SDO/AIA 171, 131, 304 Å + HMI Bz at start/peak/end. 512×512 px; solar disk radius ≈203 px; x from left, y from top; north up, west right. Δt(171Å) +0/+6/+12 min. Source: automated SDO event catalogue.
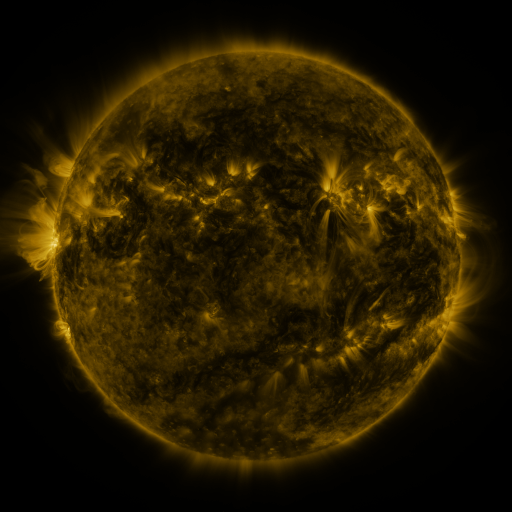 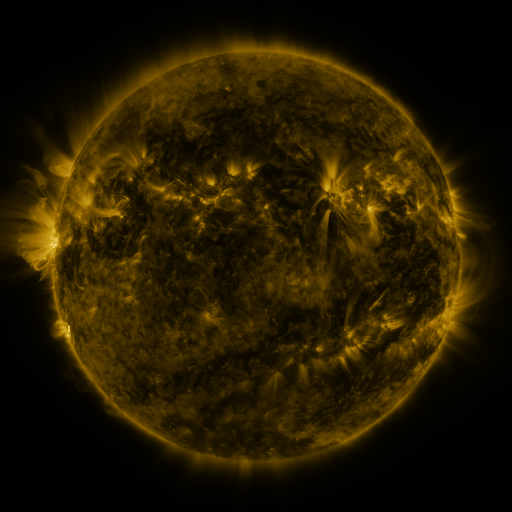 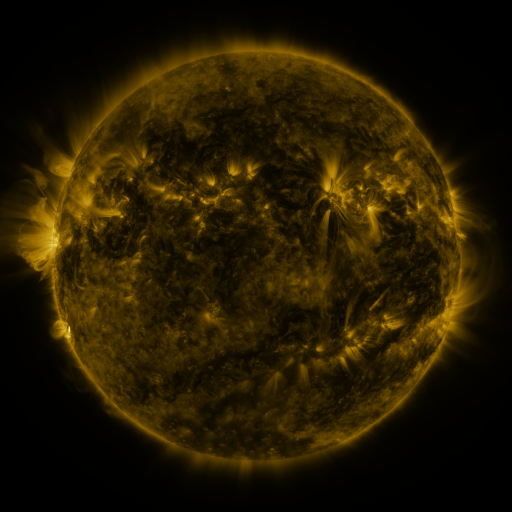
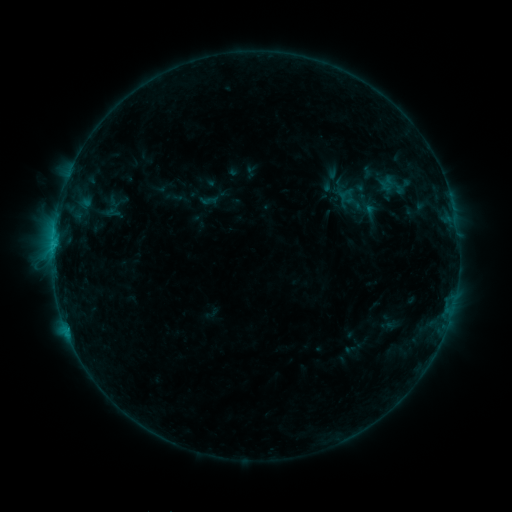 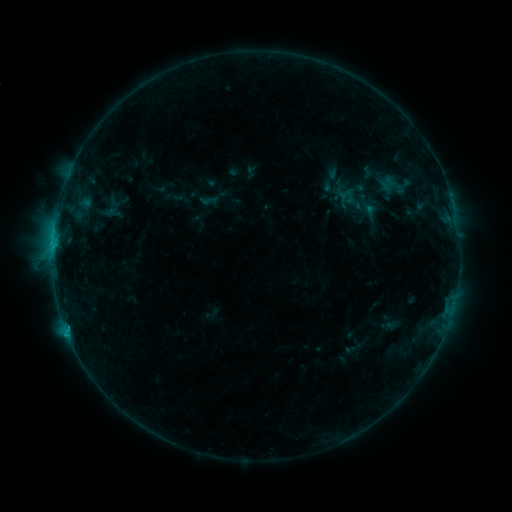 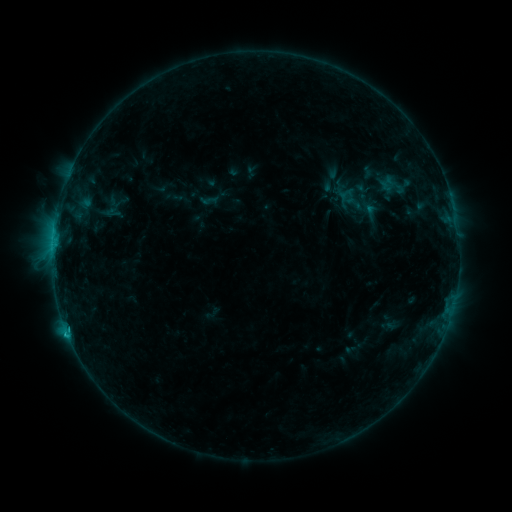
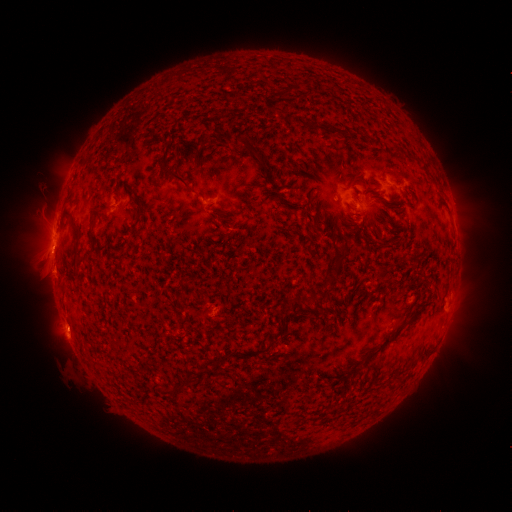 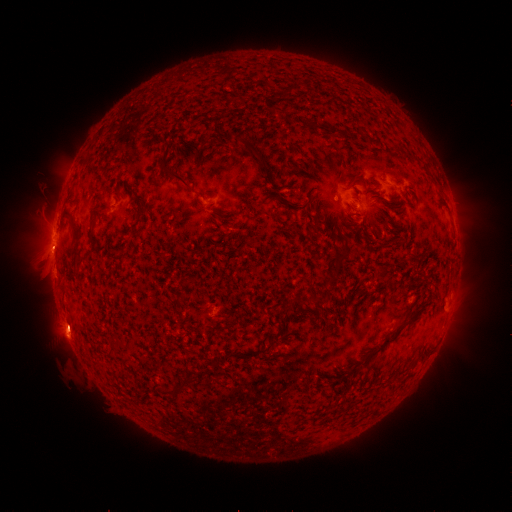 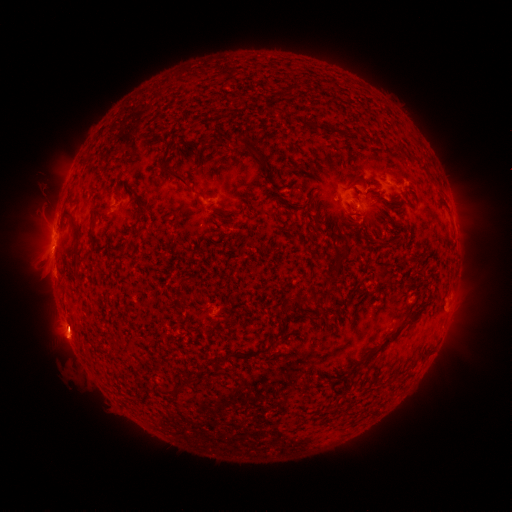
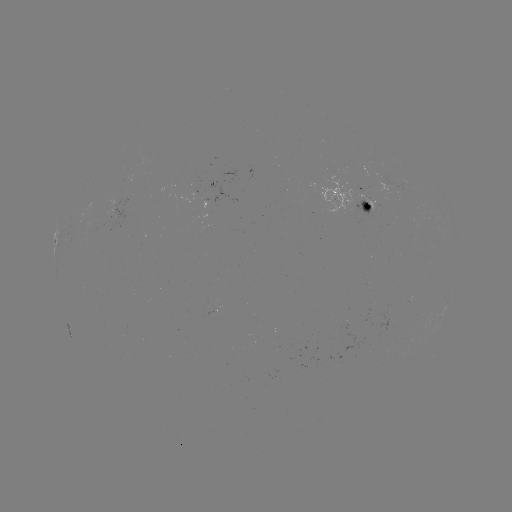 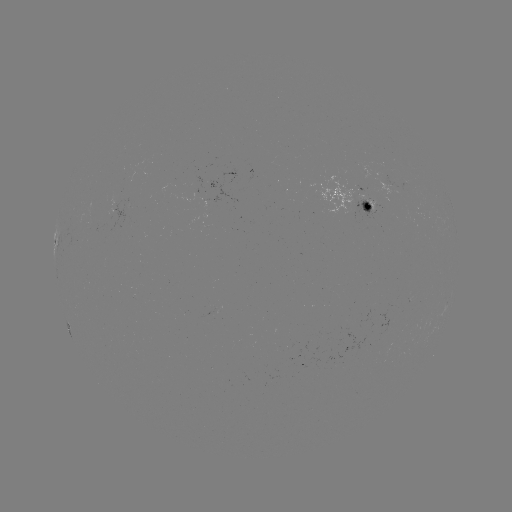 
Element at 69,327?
C1.0 flare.